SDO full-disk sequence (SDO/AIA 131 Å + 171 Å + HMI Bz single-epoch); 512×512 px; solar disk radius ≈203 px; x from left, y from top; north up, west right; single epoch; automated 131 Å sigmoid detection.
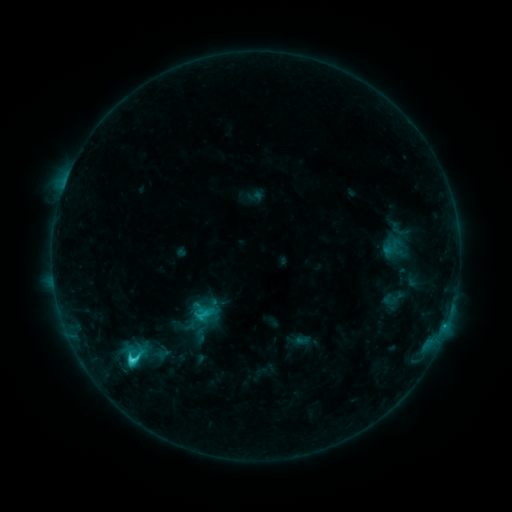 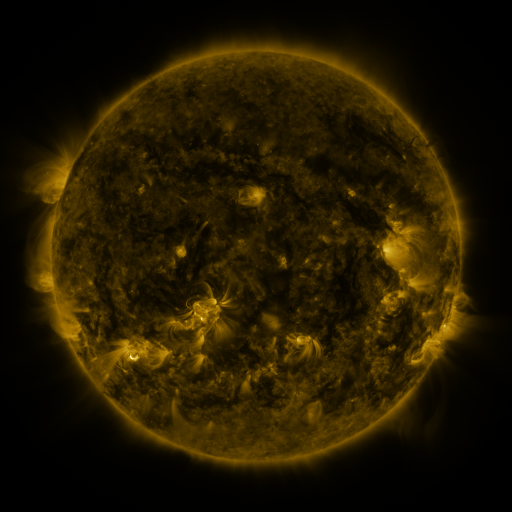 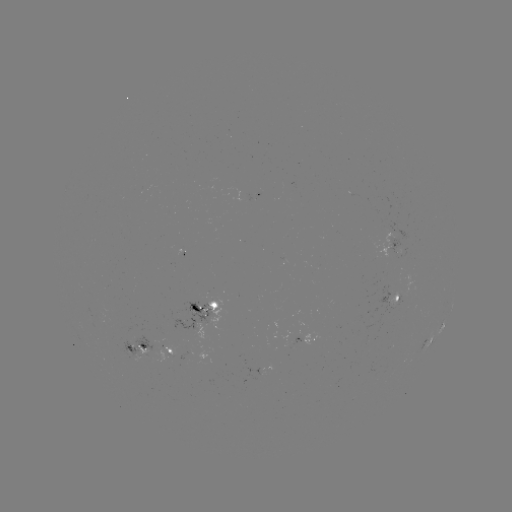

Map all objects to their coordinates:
sigmoid: (133, 358)
